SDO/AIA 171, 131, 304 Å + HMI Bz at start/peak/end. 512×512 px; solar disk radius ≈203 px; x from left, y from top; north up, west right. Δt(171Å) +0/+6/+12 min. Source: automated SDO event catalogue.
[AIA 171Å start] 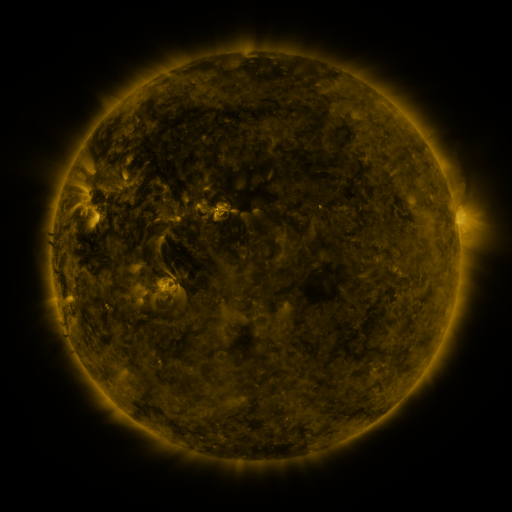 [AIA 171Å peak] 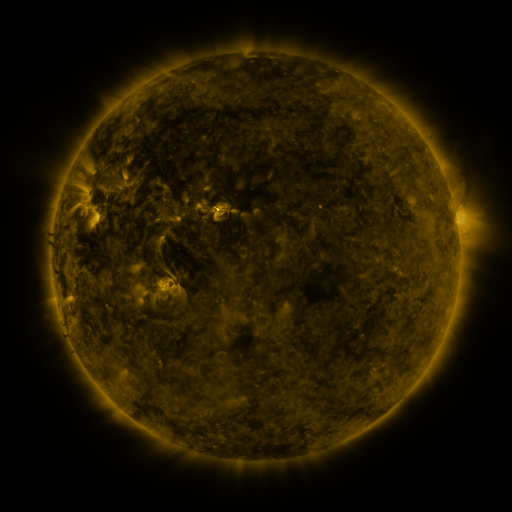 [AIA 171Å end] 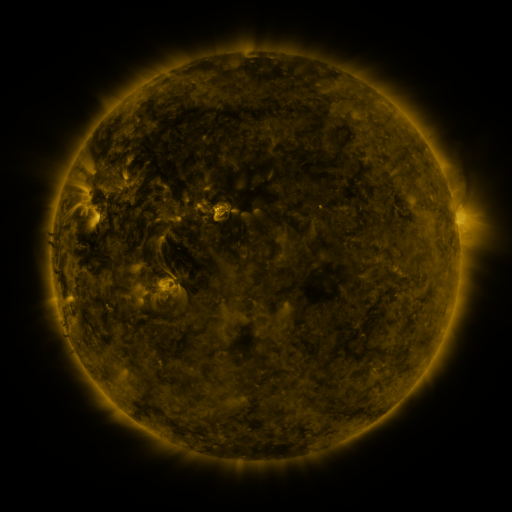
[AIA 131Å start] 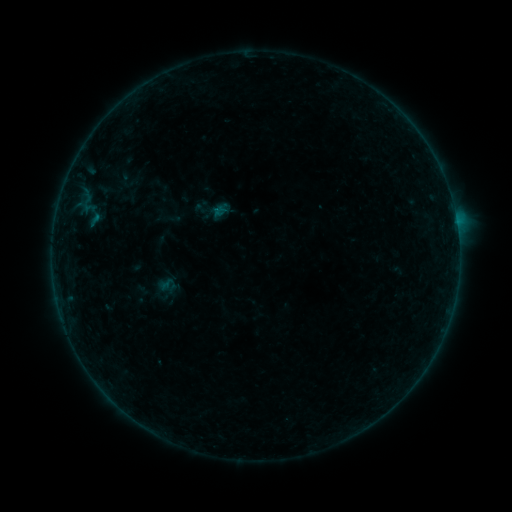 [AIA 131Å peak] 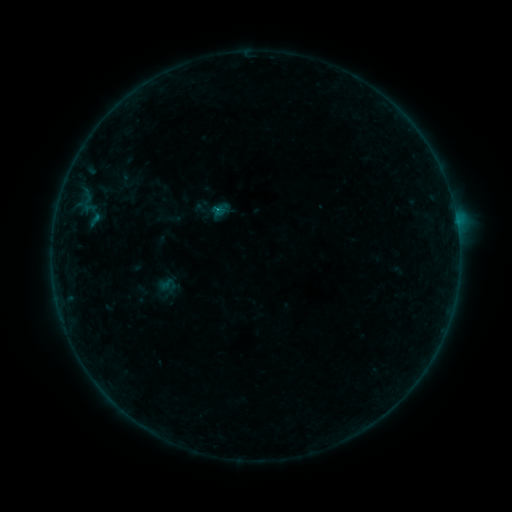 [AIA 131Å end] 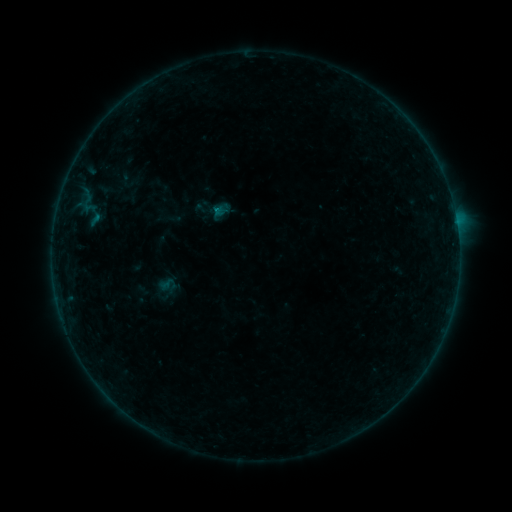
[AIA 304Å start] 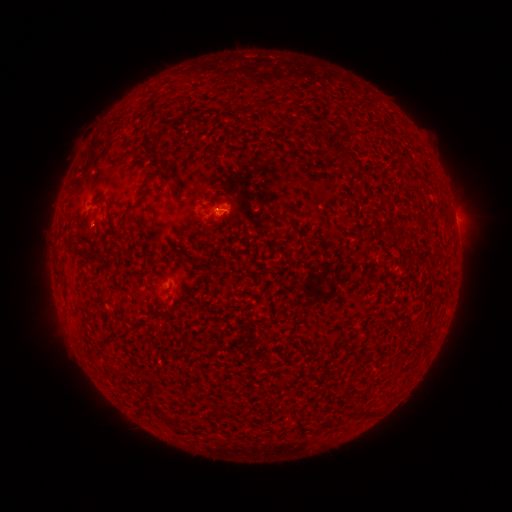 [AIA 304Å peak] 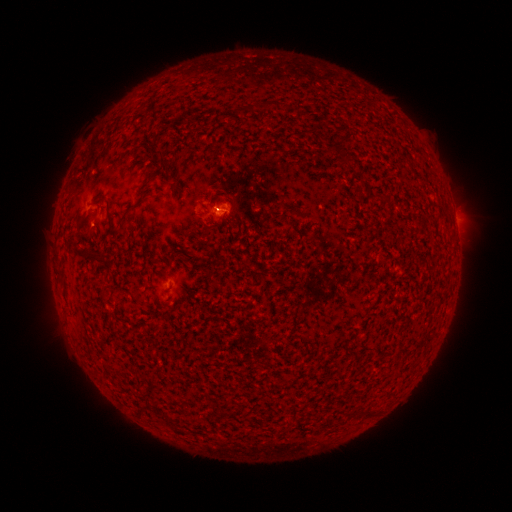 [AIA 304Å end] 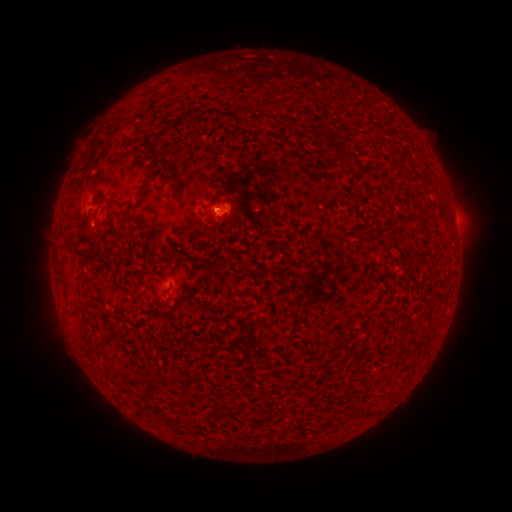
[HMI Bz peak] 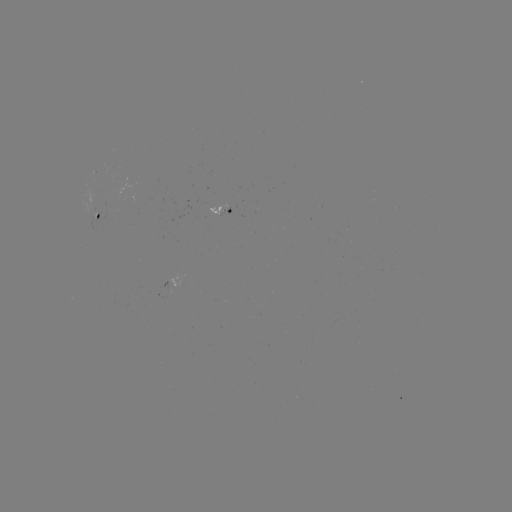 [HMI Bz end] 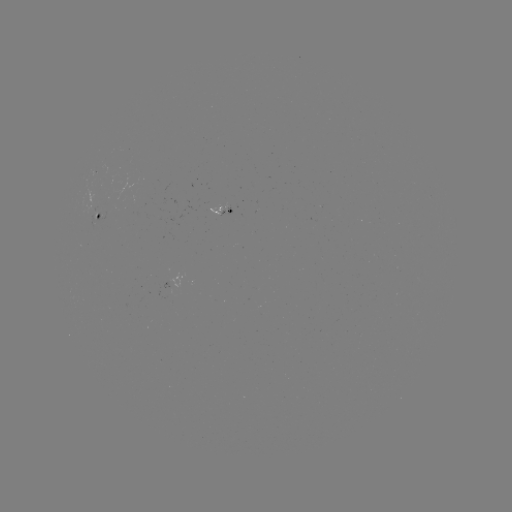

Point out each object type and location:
B1.4 flare: (221, 213)
